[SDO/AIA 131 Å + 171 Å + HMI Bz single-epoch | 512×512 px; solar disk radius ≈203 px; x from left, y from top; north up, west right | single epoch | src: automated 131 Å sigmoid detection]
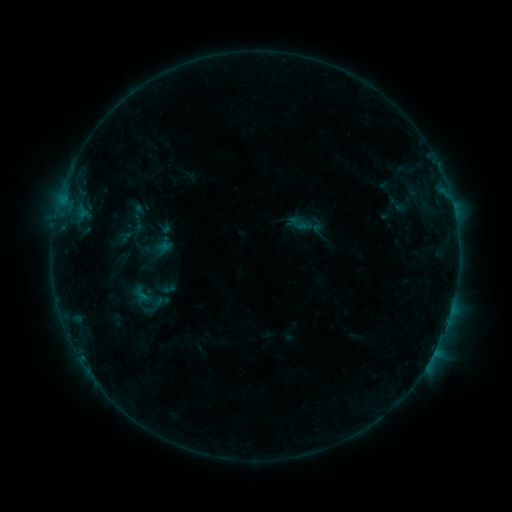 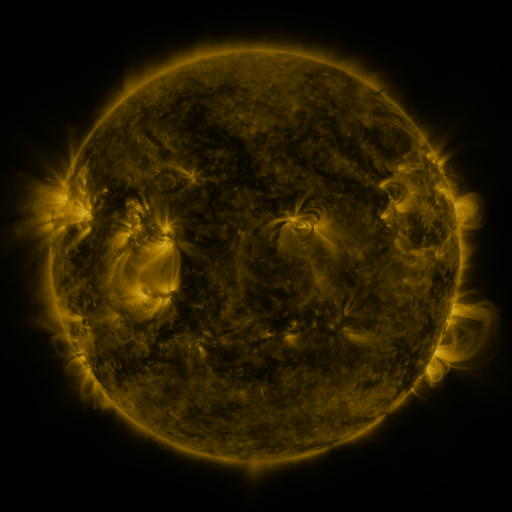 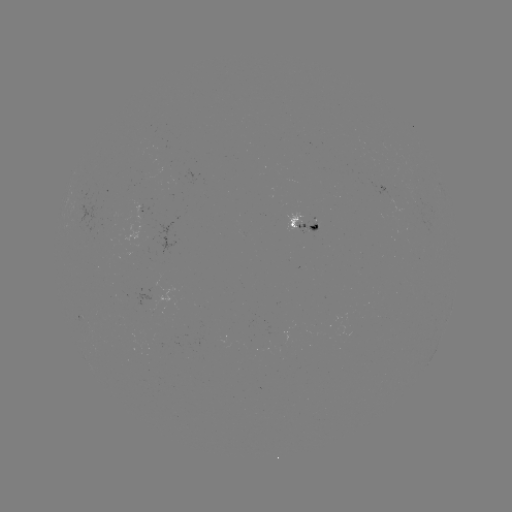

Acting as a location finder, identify sigmoid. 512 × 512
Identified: (298, 223).